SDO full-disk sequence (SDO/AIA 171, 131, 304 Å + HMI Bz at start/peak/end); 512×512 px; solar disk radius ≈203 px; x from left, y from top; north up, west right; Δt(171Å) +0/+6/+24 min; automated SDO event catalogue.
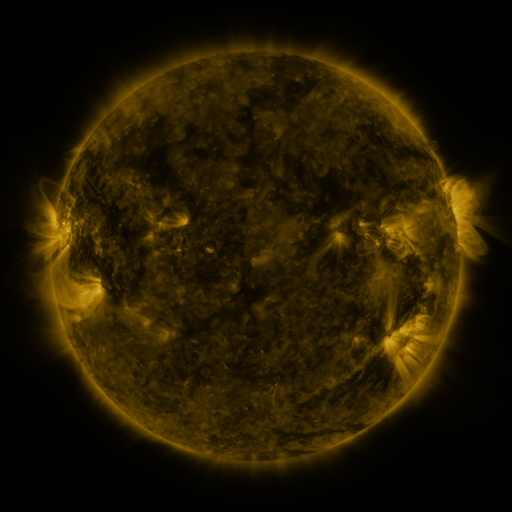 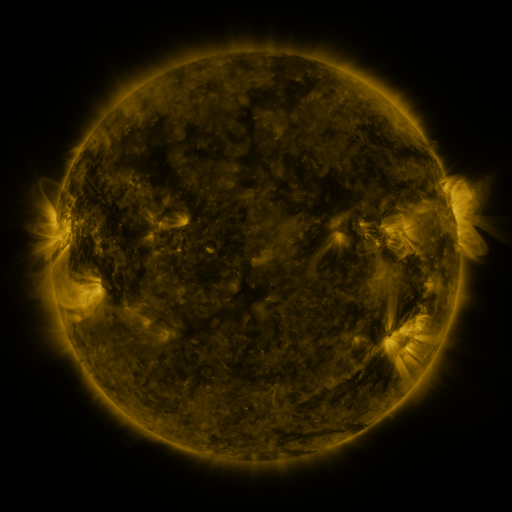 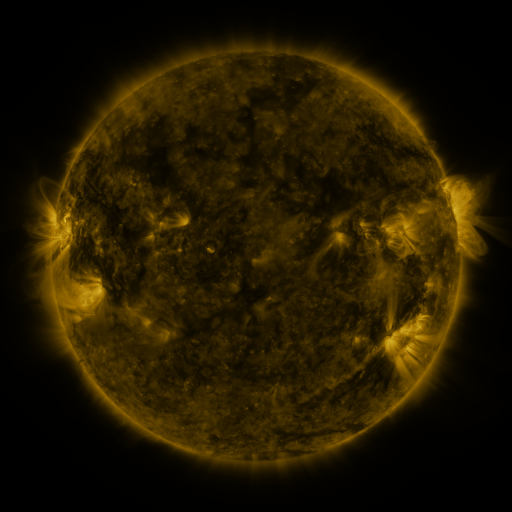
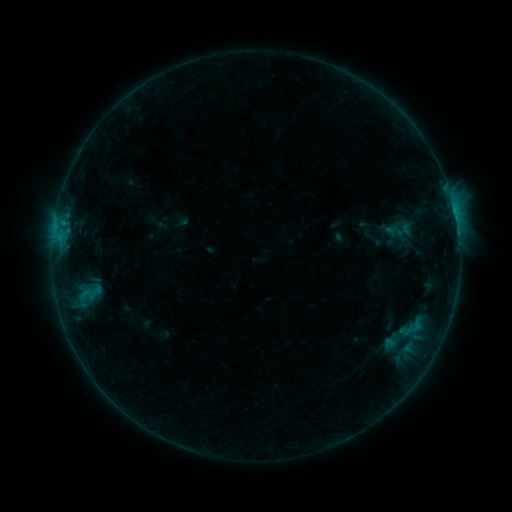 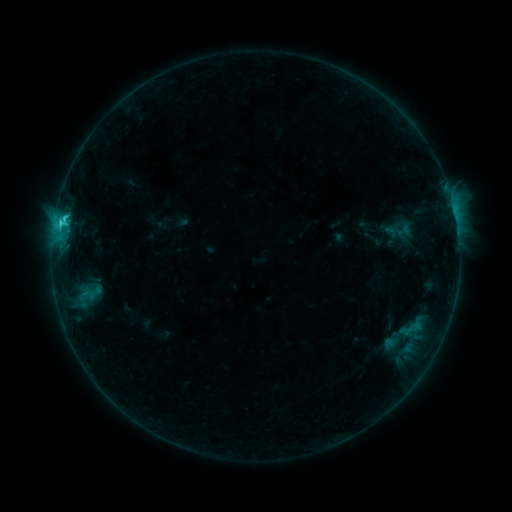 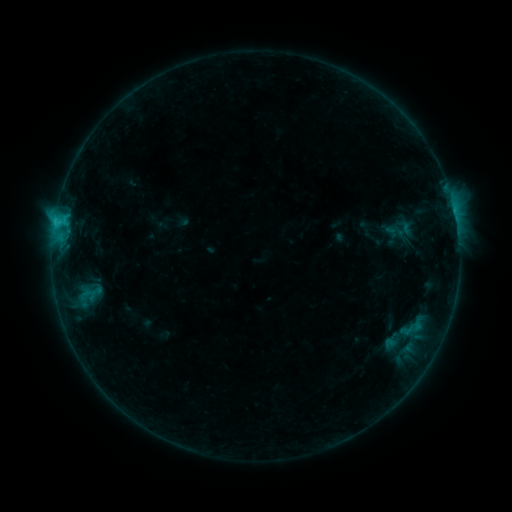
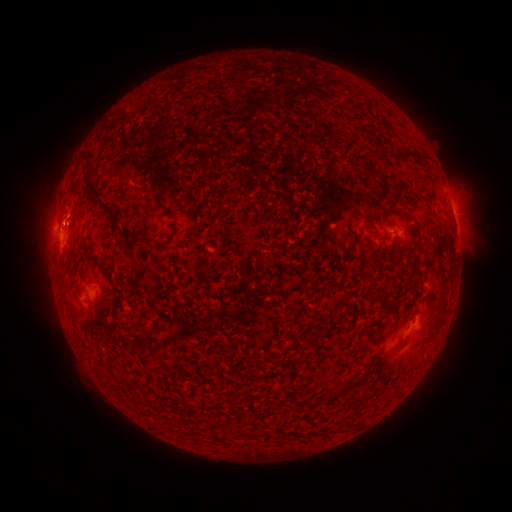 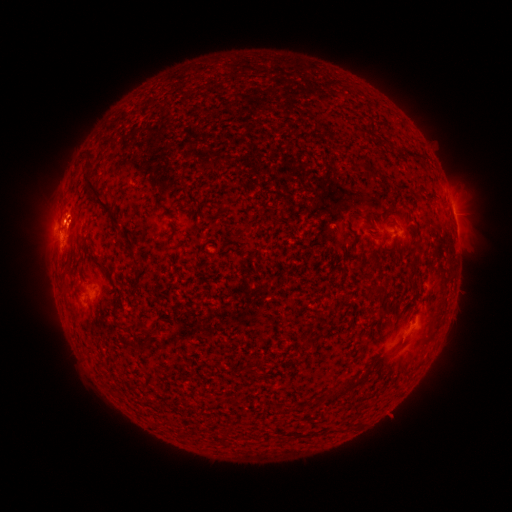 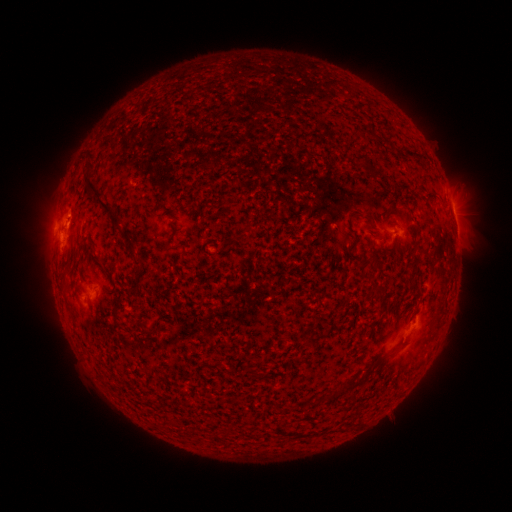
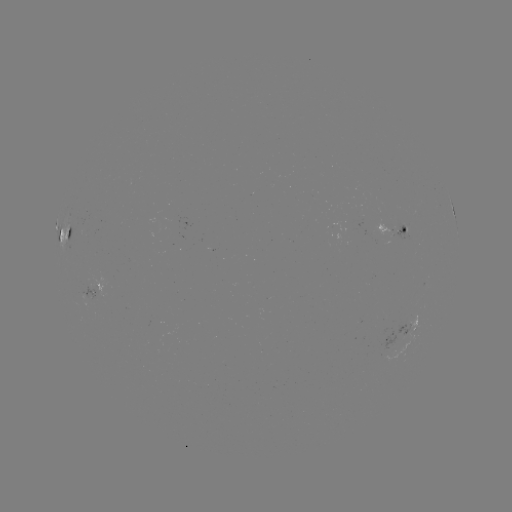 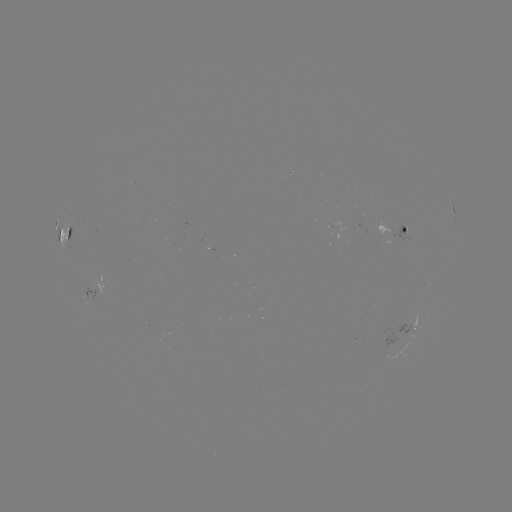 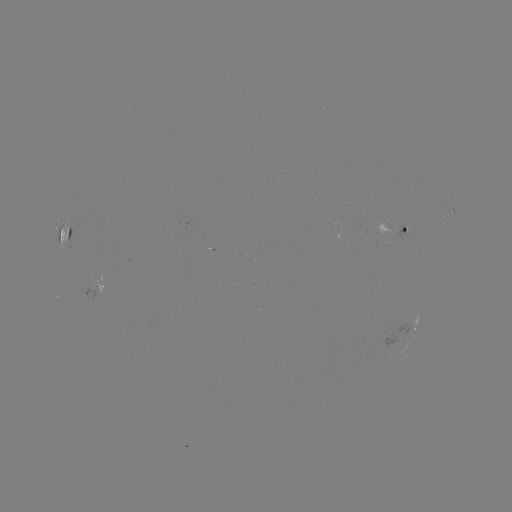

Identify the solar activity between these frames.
C2.2 flare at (64, 220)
